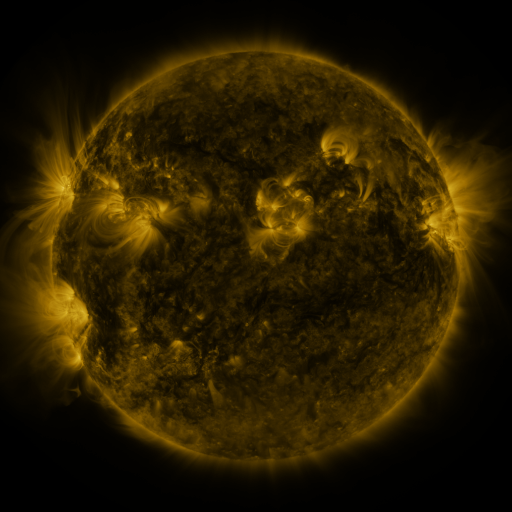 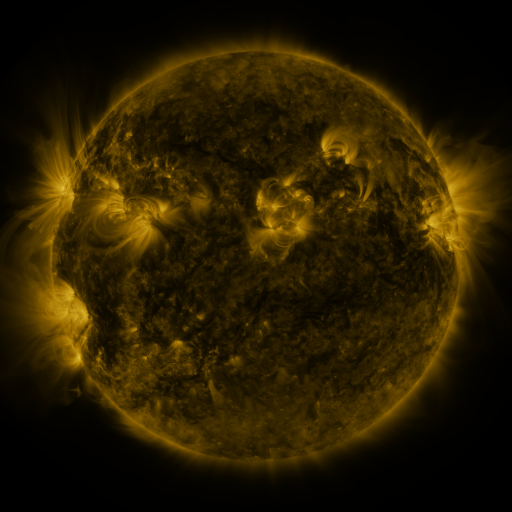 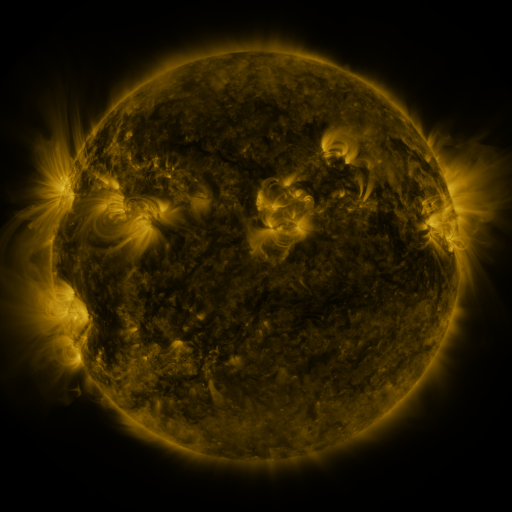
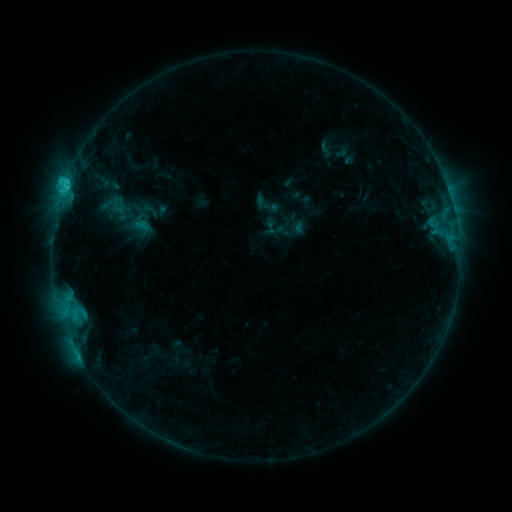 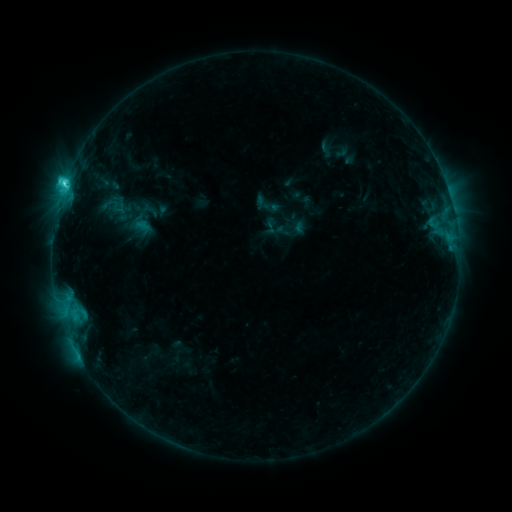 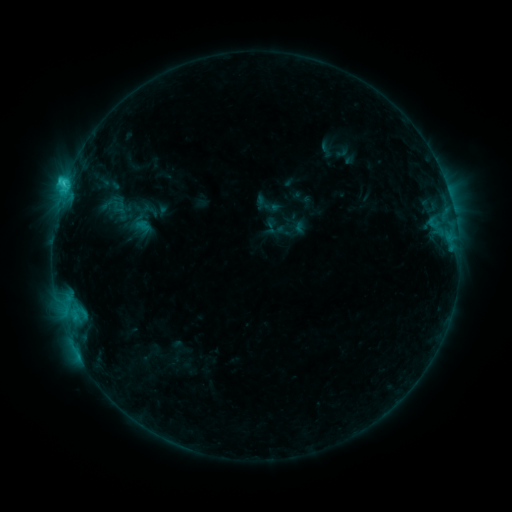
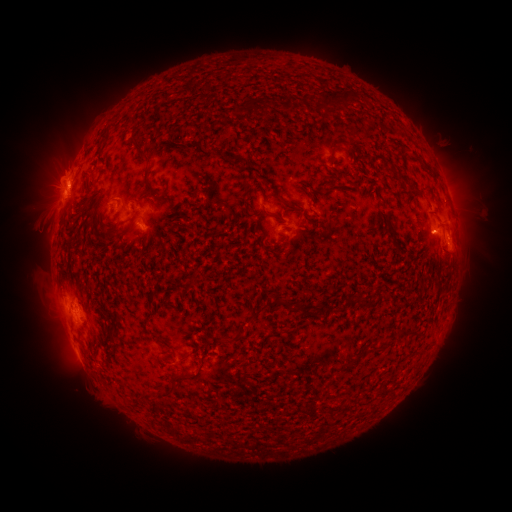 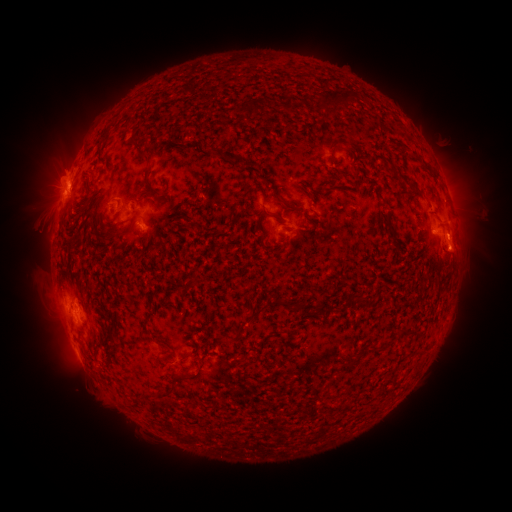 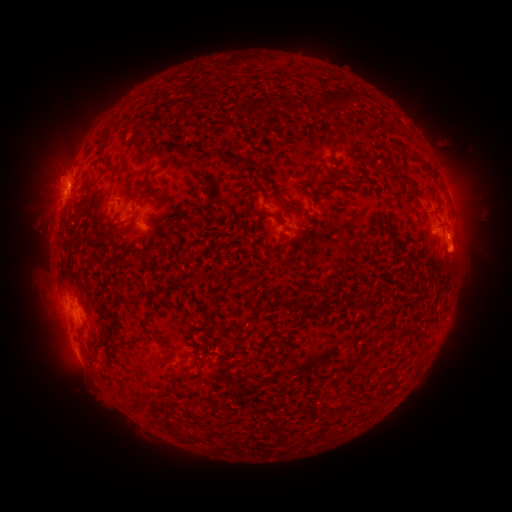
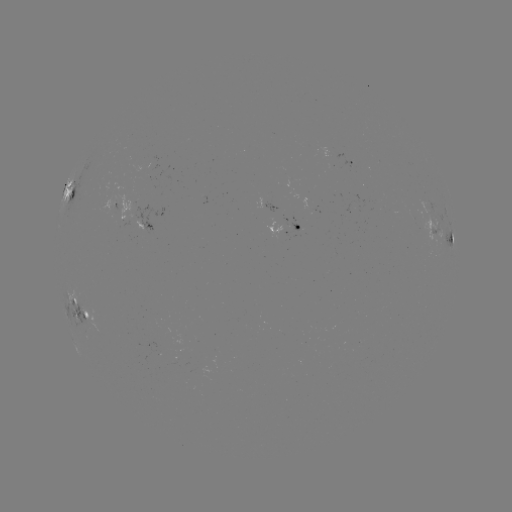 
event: eruption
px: (461, 242)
